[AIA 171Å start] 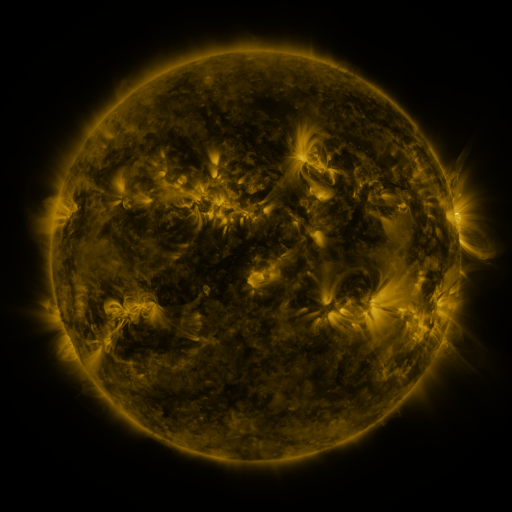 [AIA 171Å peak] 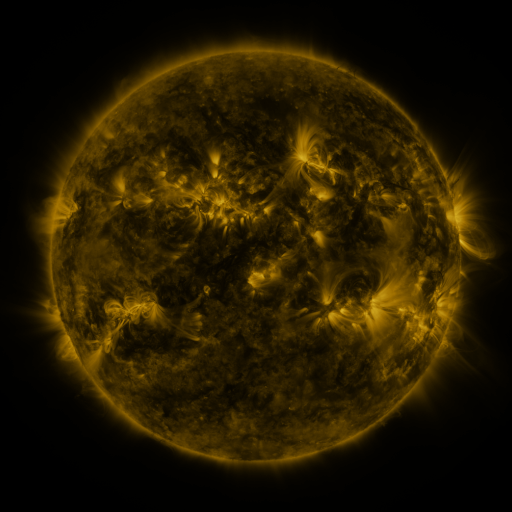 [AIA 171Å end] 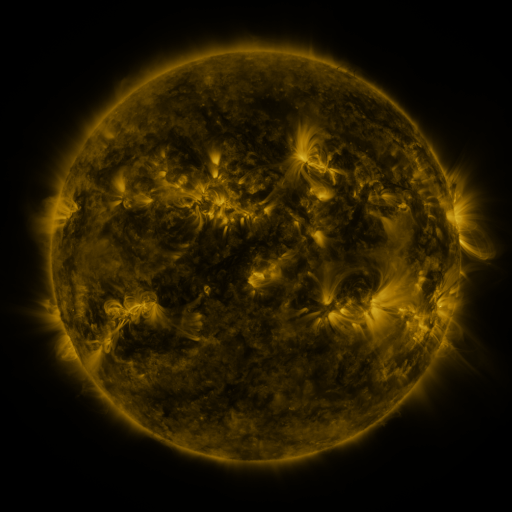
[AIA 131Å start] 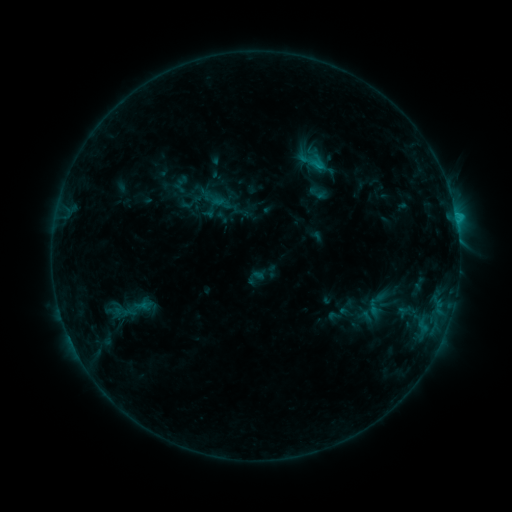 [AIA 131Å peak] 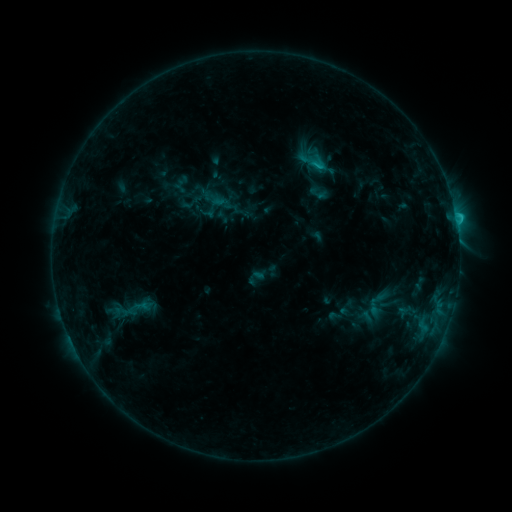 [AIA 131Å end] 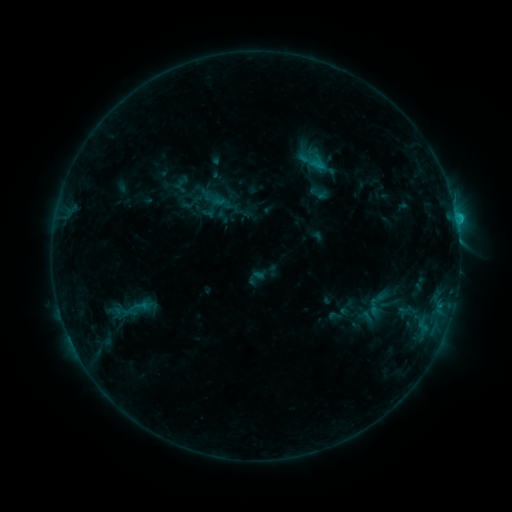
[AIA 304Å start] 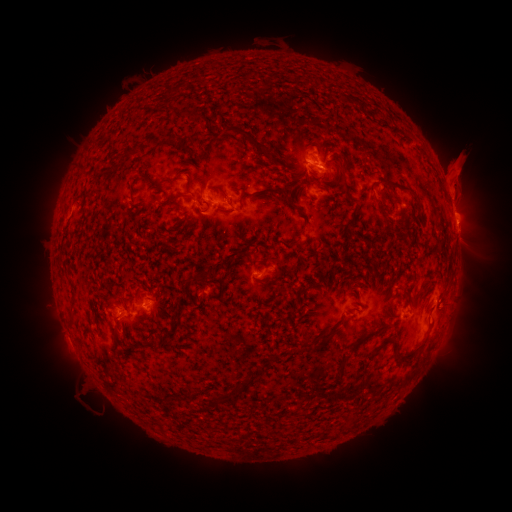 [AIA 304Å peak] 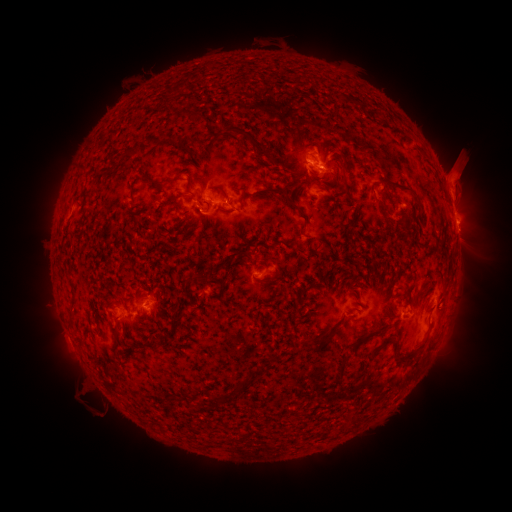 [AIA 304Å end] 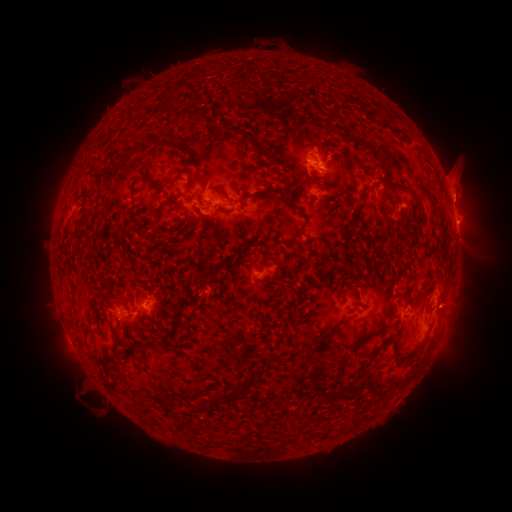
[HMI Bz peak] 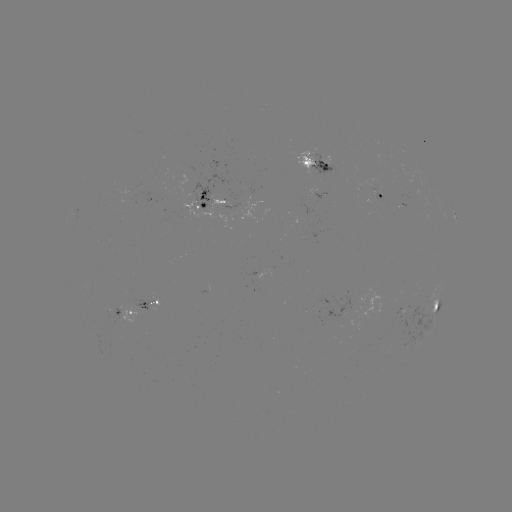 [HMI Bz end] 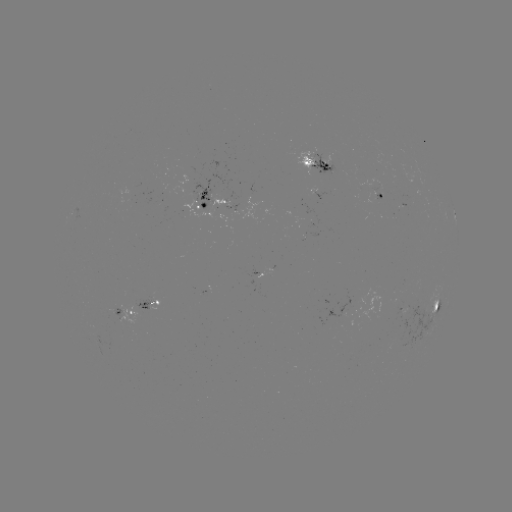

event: flare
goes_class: C1.4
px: (455, 220)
